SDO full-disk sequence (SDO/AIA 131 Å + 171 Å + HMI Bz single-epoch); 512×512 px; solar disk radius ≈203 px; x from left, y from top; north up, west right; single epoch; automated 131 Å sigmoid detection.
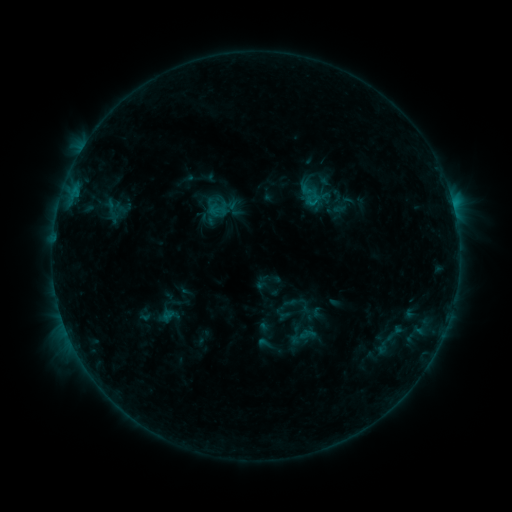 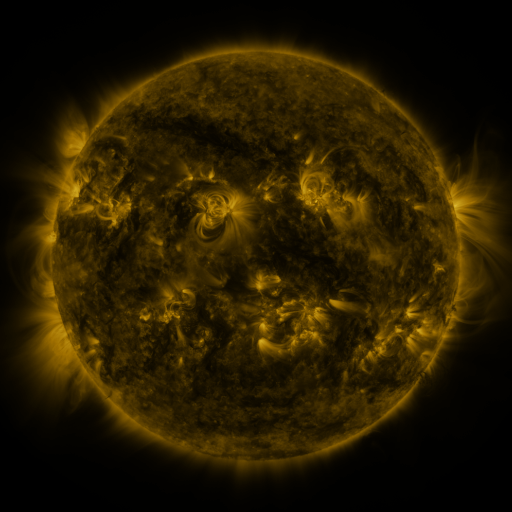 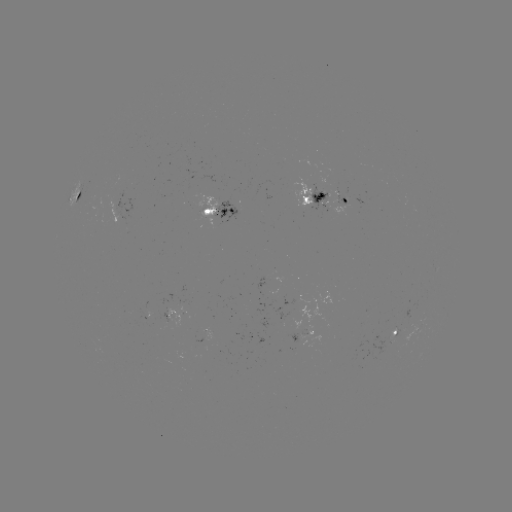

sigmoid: (101, 198, 123, 220)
